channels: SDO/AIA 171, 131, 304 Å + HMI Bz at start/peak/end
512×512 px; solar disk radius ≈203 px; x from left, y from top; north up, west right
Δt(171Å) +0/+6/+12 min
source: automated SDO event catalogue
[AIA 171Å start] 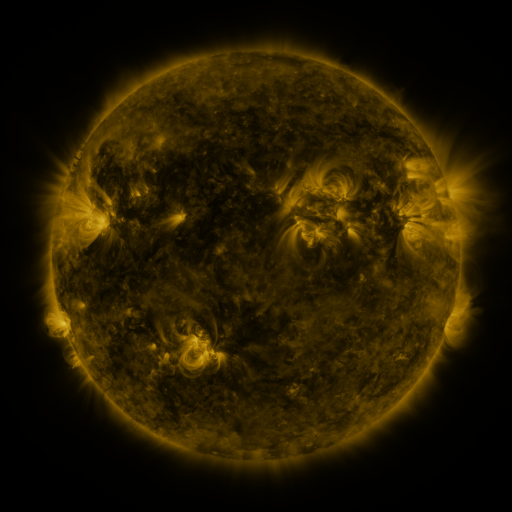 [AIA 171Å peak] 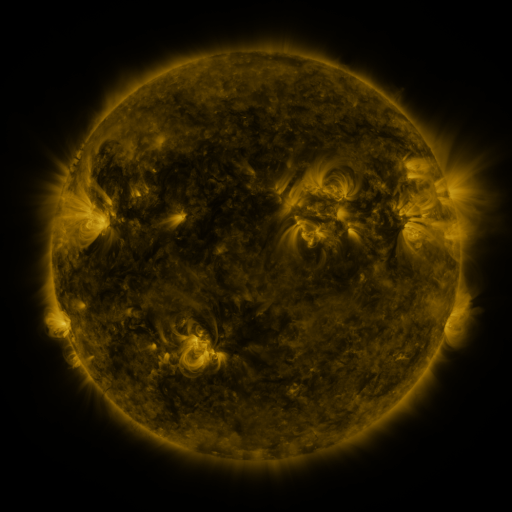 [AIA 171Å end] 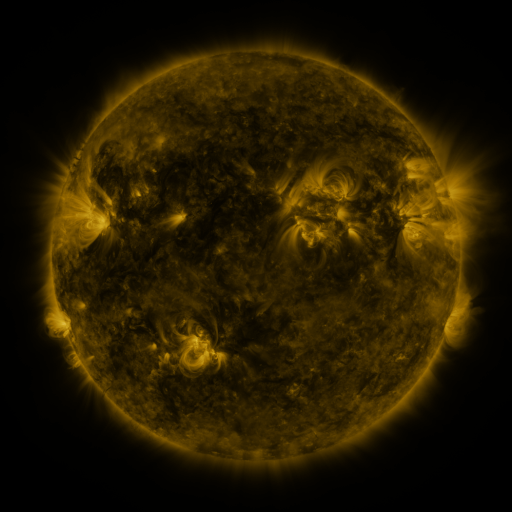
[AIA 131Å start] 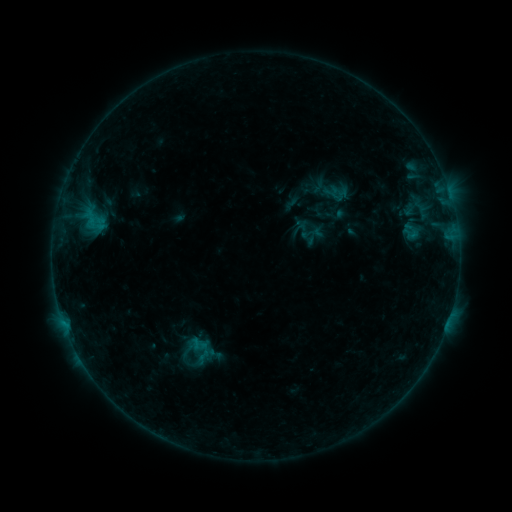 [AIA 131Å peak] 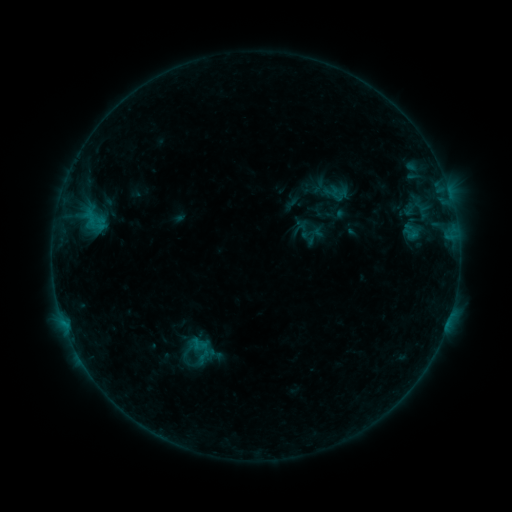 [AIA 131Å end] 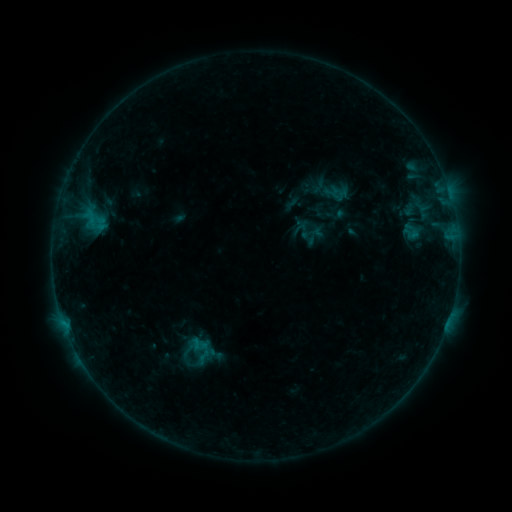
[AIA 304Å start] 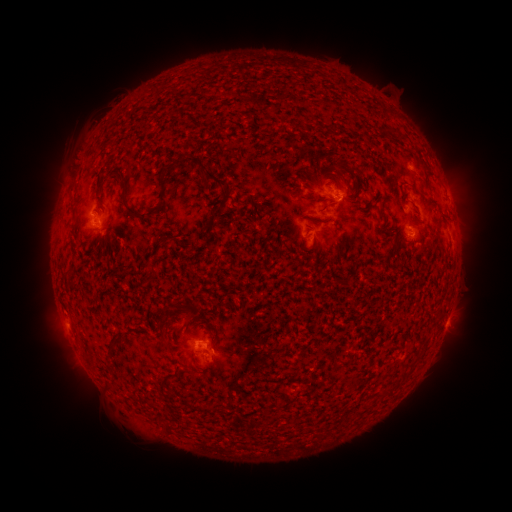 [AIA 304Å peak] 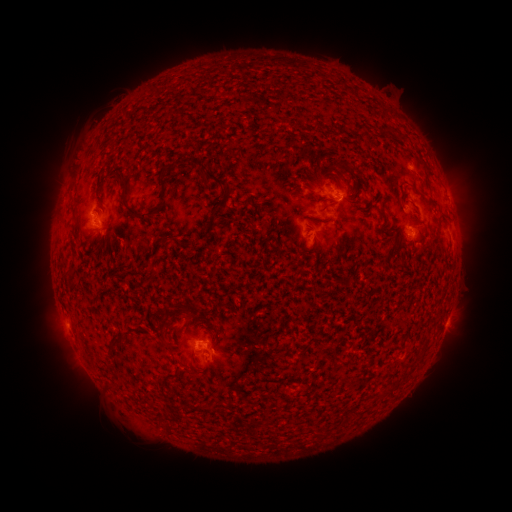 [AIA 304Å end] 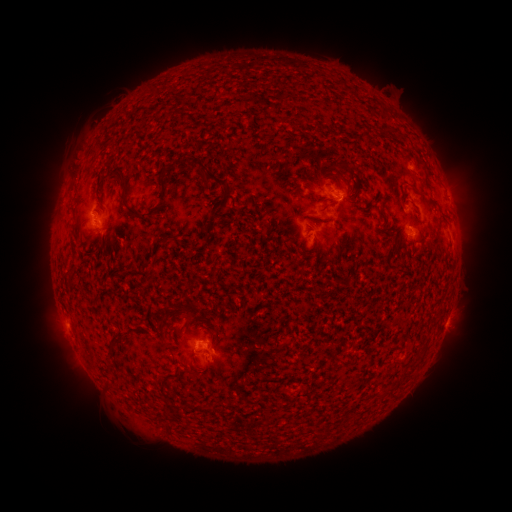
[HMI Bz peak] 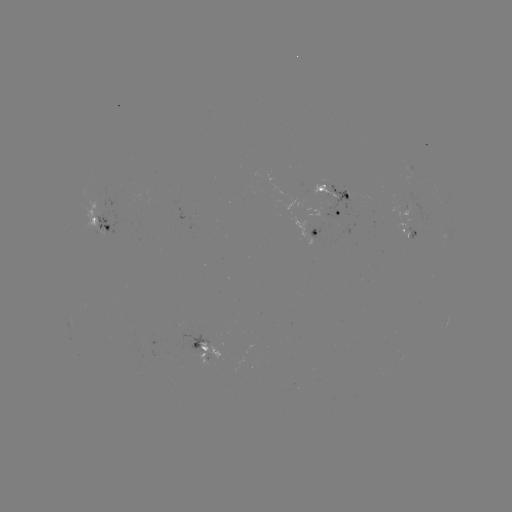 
no catalogued flare and no flagged EUV brightening in this window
